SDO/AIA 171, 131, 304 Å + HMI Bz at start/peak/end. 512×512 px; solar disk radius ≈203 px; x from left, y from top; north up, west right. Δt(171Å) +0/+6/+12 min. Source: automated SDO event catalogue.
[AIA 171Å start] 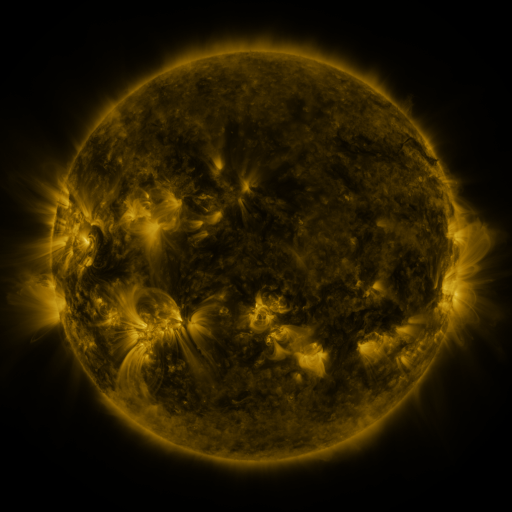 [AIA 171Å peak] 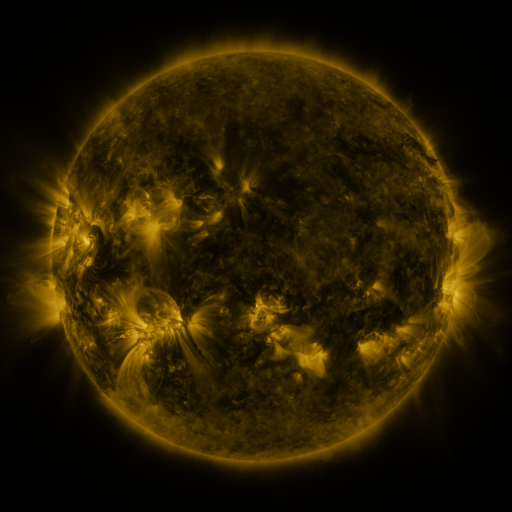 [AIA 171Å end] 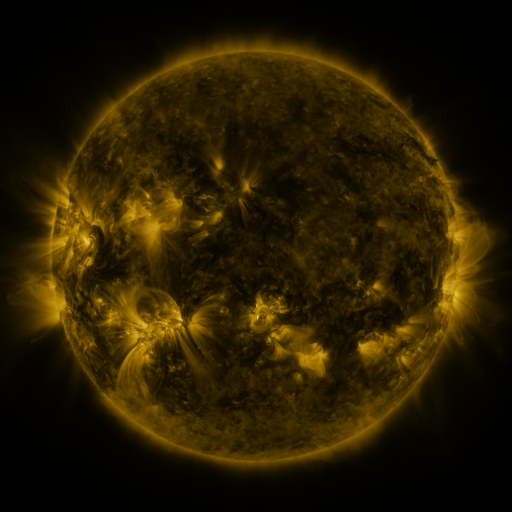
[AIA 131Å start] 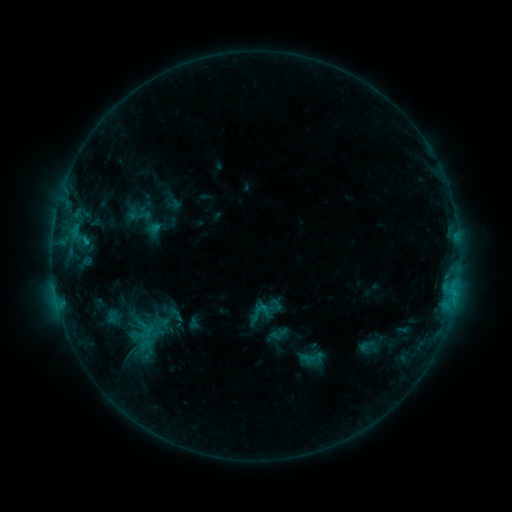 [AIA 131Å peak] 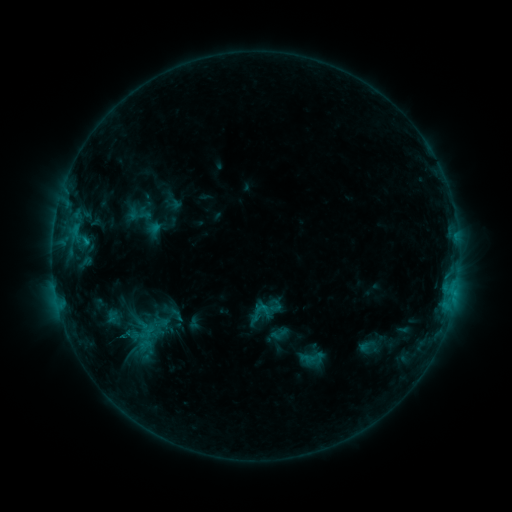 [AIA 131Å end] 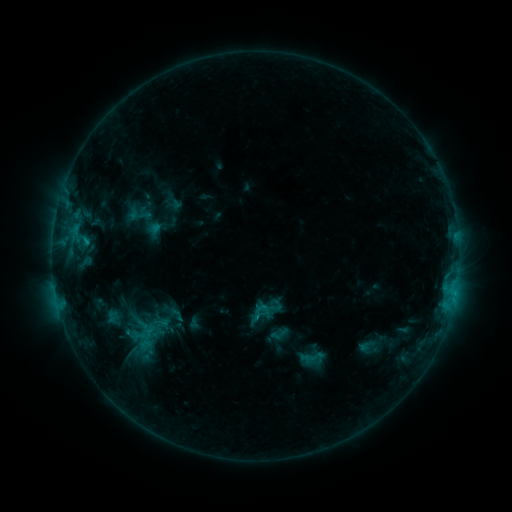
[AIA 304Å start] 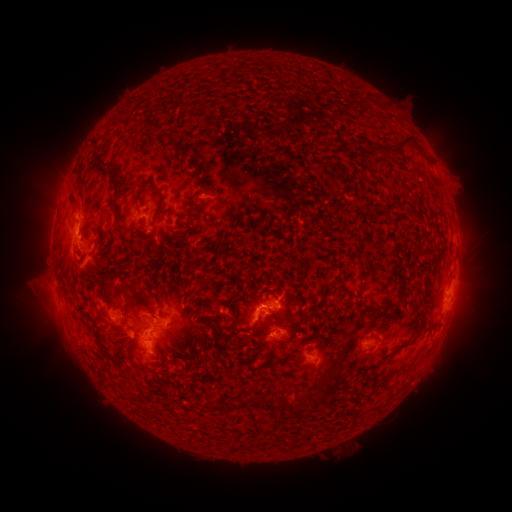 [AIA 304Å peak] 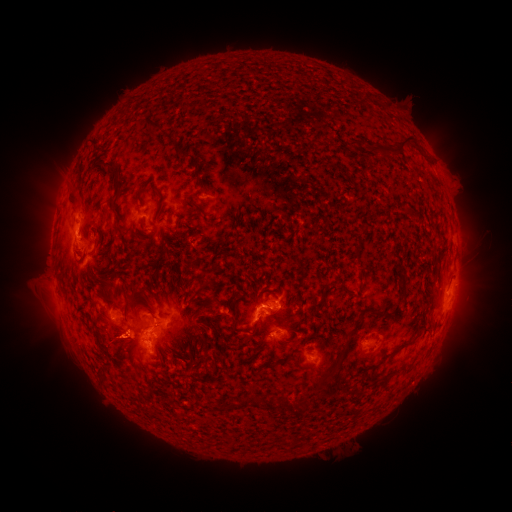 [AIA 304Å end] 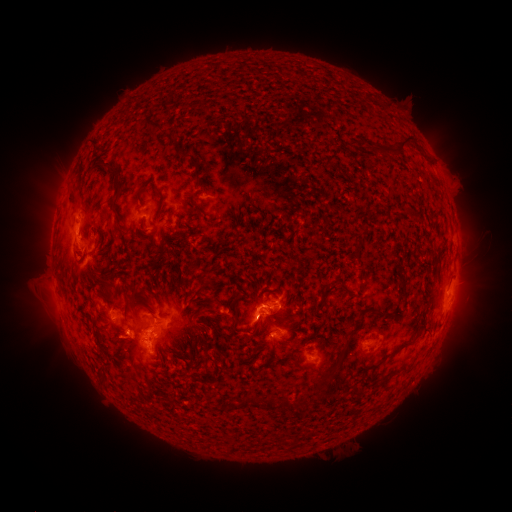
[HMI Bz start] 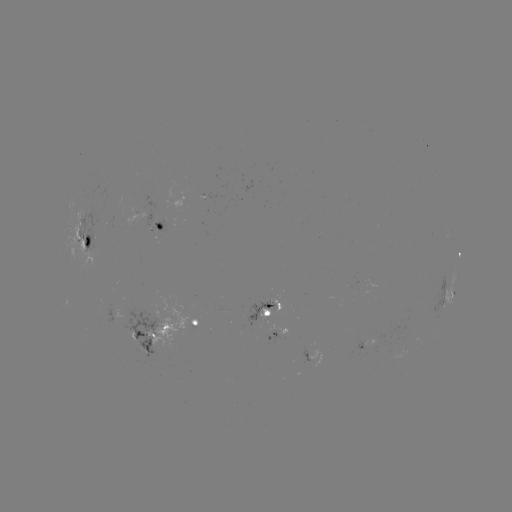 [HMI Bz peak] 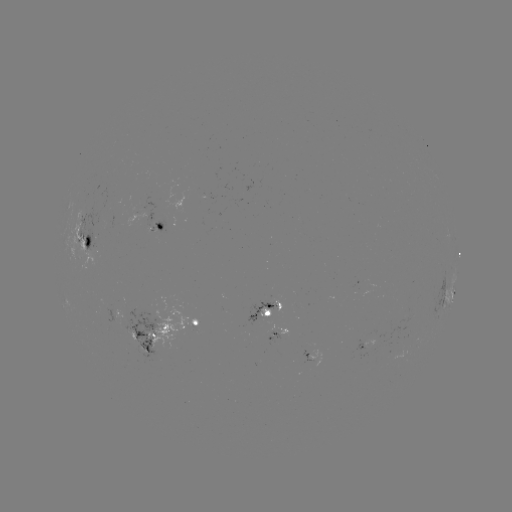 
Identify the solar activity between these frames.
eruption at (117, 342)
